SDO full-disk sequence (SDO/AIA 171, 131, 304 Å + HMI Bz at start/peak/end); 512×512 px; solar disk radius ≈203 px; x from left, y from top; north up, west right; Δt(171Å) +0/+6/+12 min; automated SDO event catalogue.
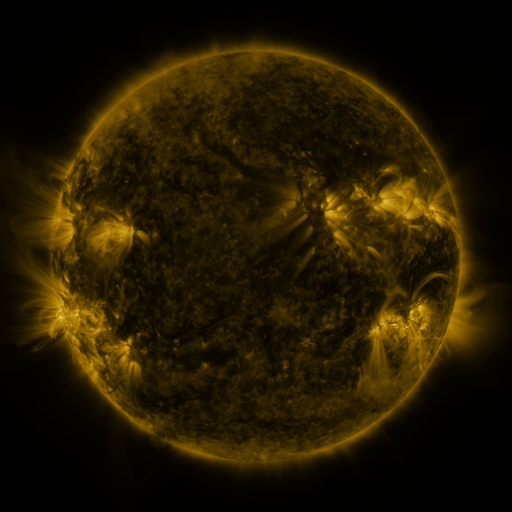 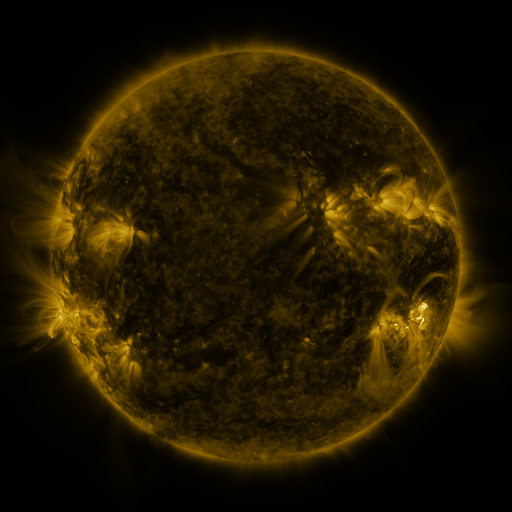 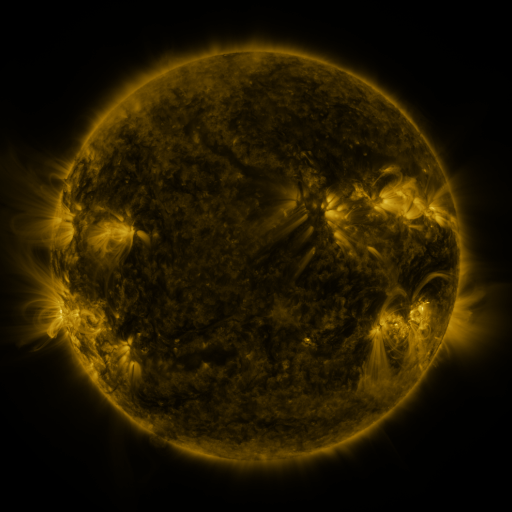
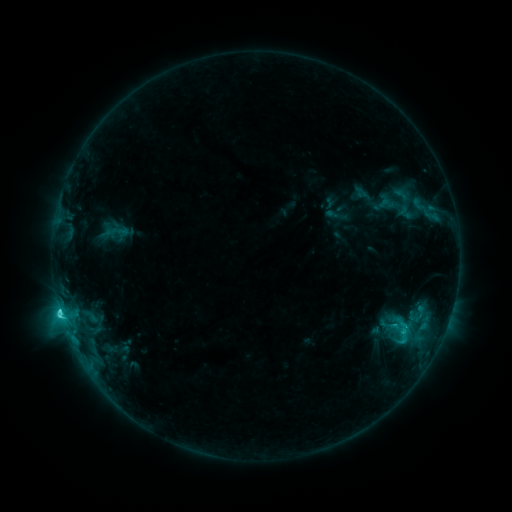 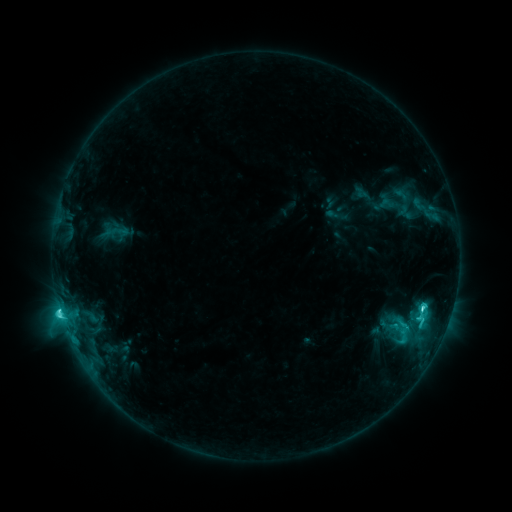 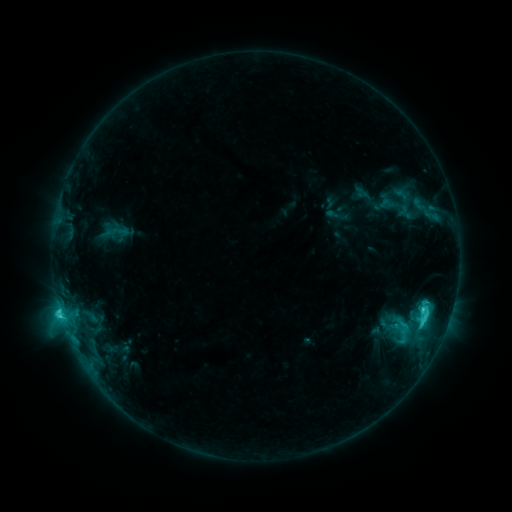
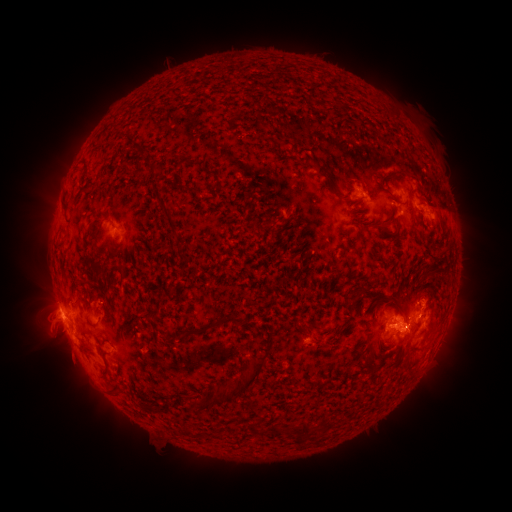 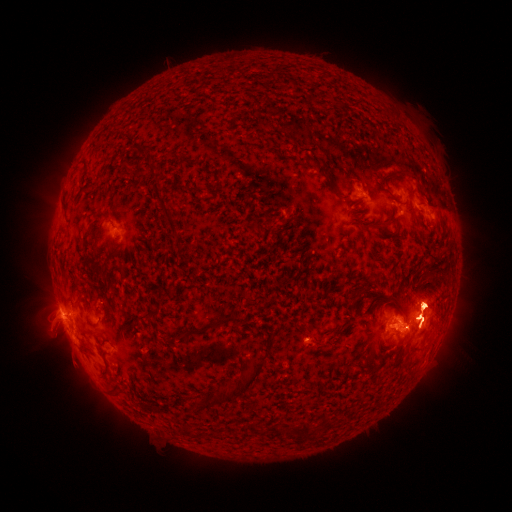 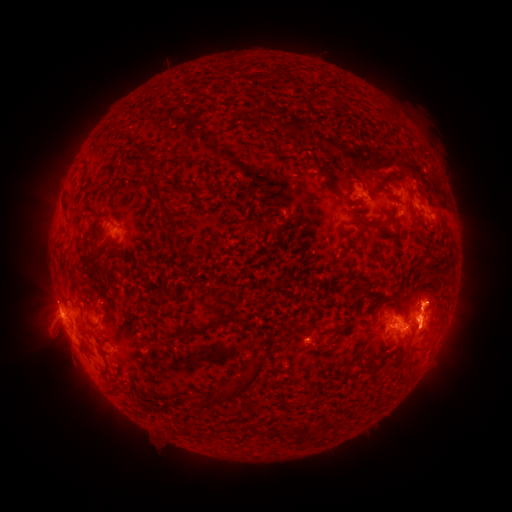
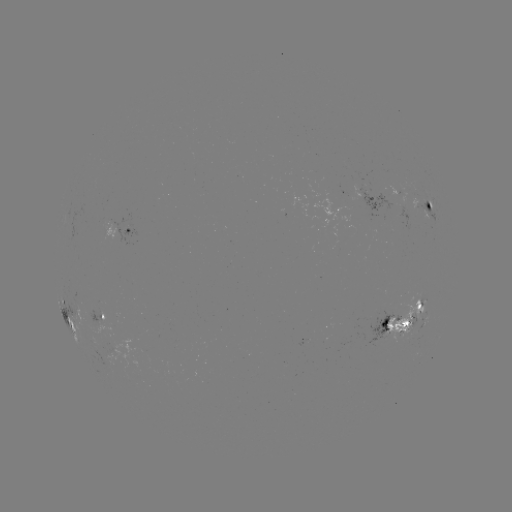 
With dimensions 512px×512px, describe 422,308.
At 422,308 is C7.2 flare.